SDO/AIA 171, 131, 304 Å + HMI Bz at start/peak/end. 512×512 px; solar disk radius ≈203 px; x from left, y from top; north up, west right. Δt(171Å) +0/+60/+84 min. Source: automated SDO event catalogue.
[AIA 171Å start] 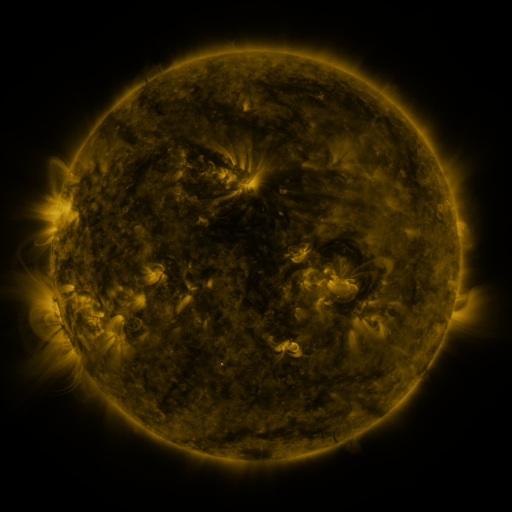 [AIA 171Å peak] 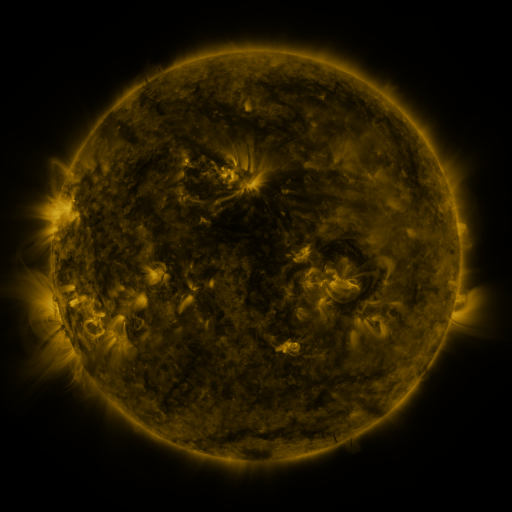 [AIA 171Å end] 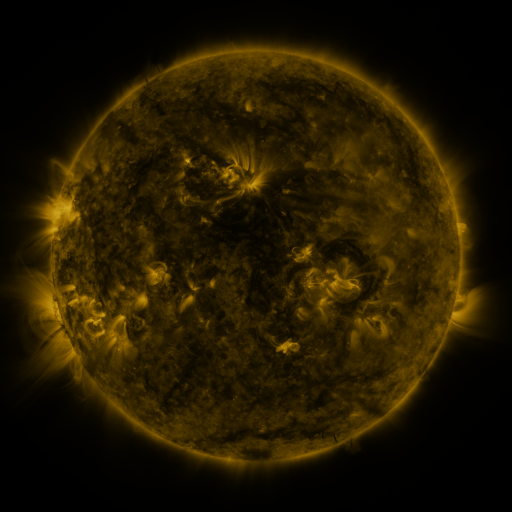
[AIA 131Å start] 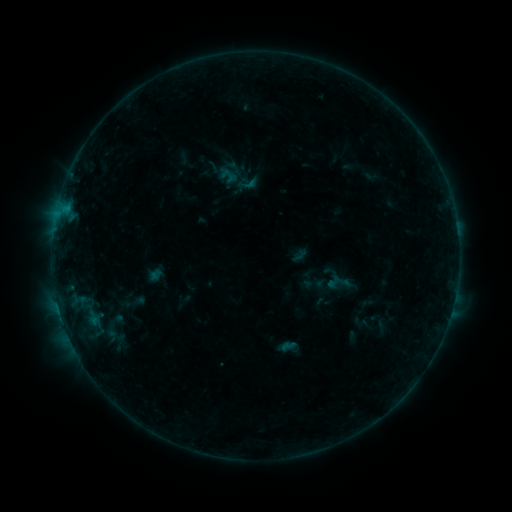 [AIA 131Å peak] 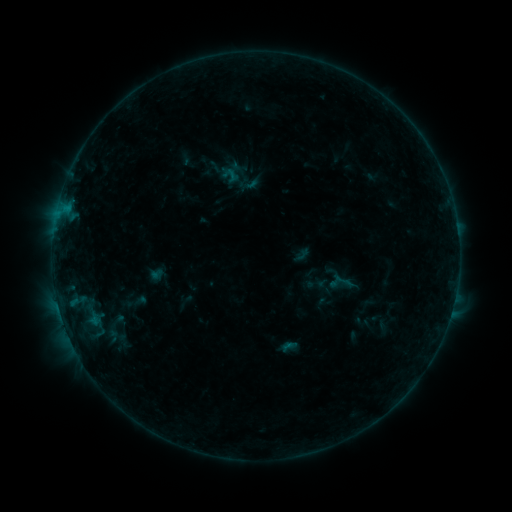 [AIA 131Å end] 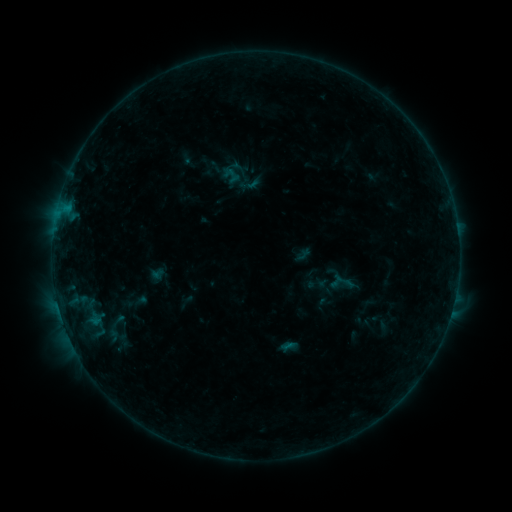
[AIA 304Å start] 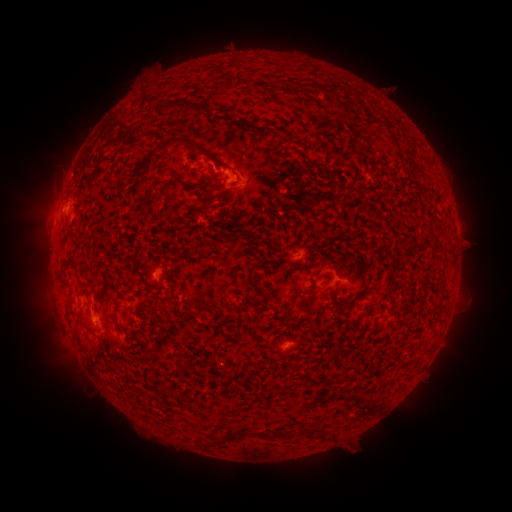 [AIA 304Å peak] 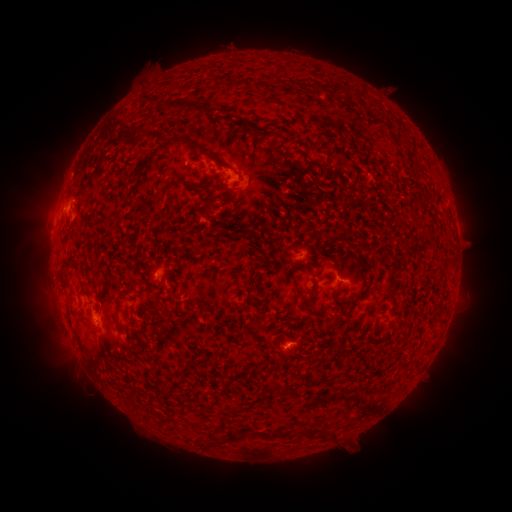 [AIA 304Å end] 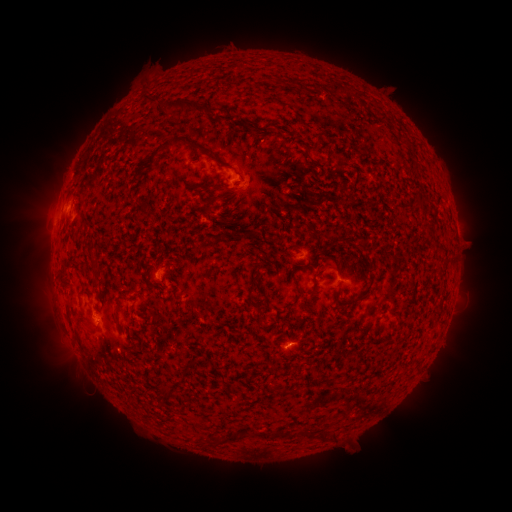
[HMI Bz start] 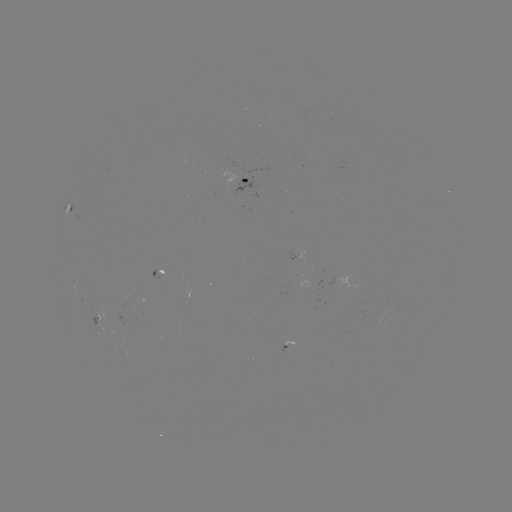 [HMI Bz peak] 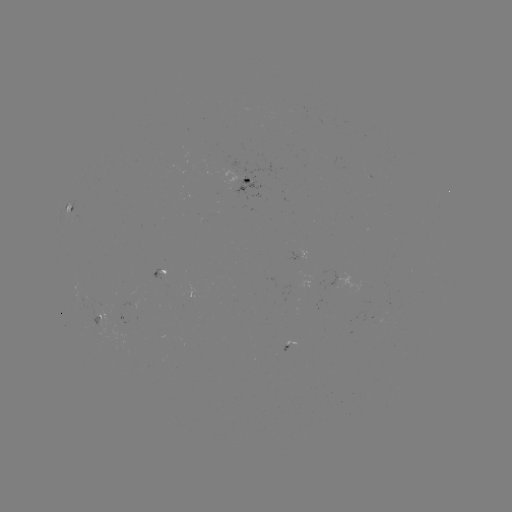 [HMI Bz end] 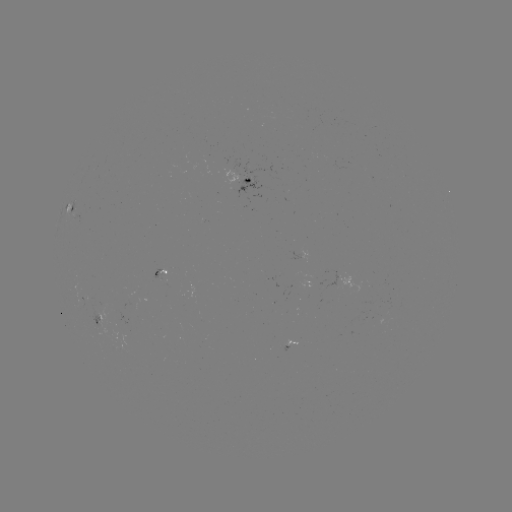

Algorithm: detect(emerging-flux region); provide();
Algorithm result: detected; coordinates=(95, 316)